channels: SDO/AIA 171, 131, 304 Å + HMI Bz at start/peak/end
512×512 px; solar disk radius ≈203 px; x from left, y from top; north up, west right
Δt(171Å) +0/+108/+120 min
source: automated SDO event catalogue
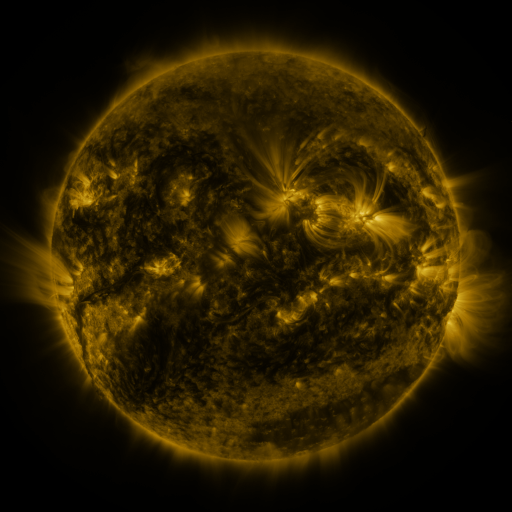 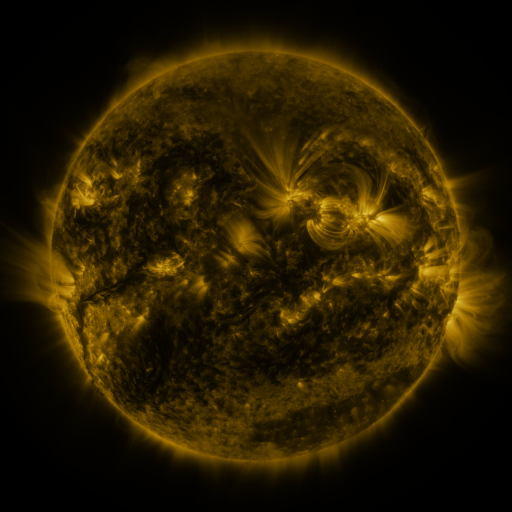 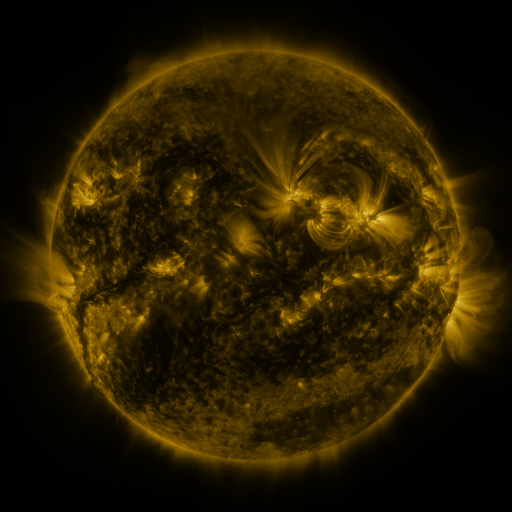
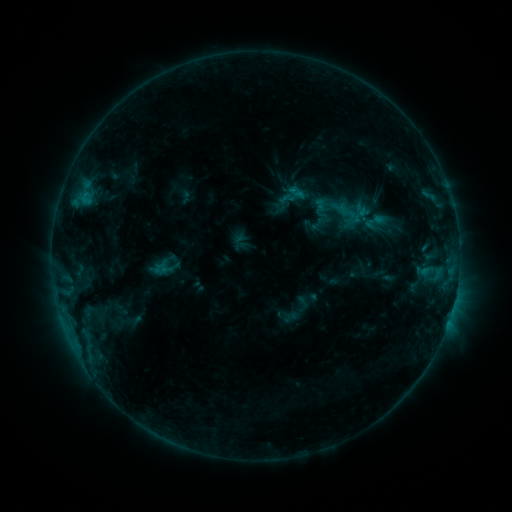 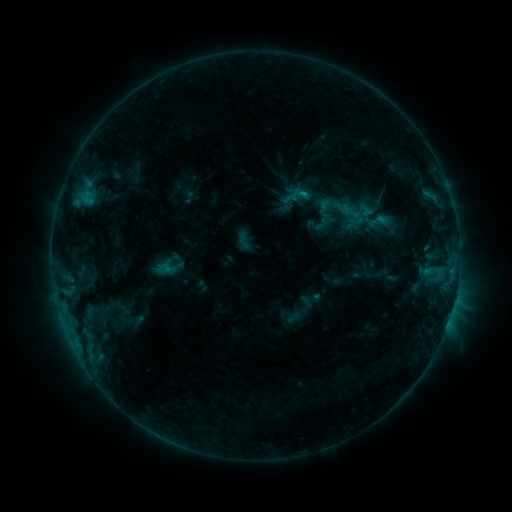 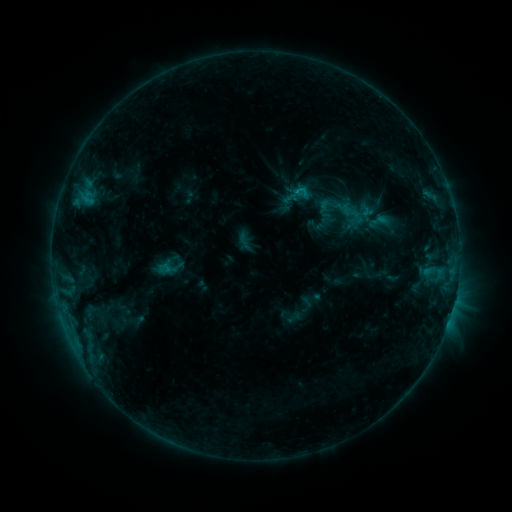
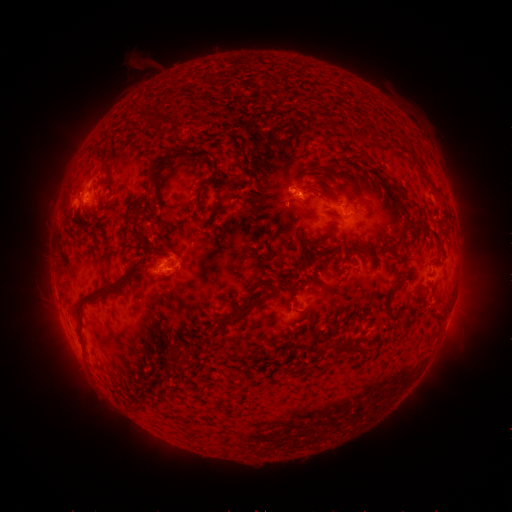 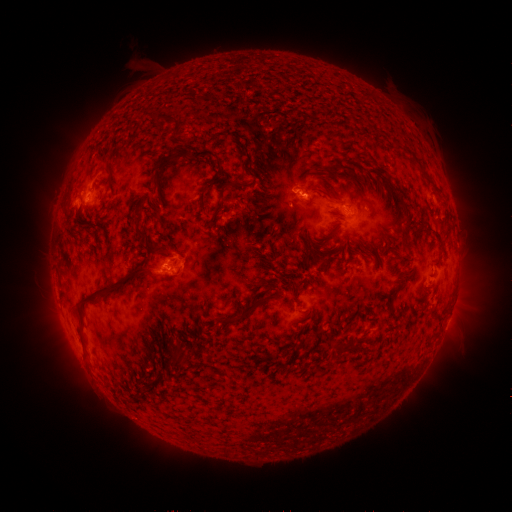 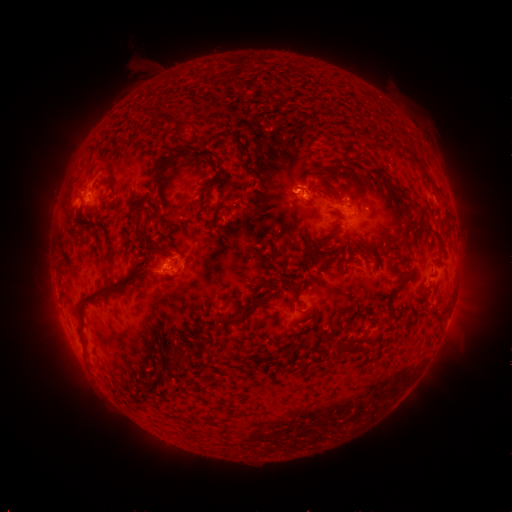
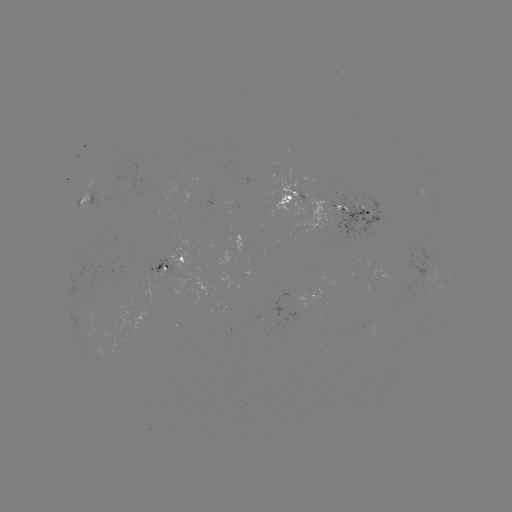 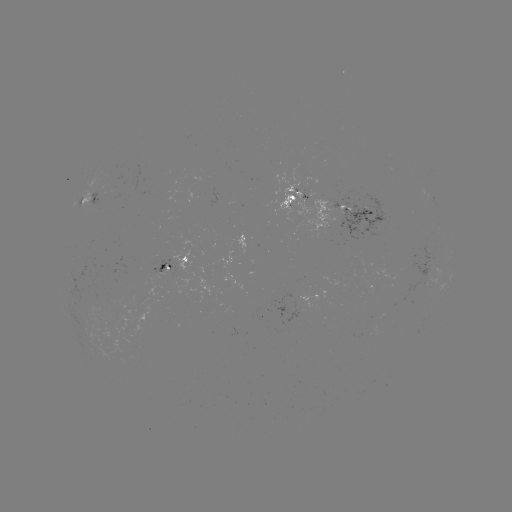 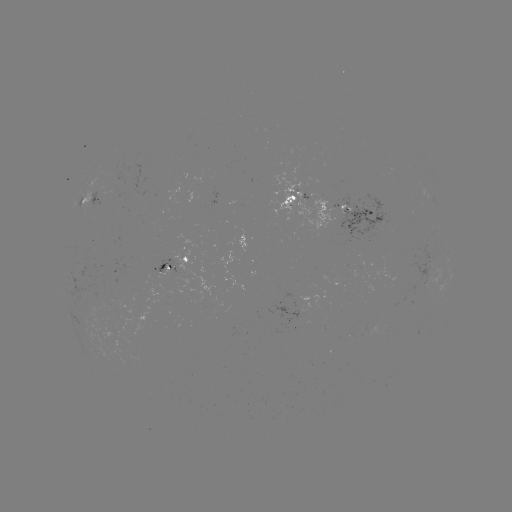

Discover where emerging-flux region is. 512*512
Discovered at (168, 273).